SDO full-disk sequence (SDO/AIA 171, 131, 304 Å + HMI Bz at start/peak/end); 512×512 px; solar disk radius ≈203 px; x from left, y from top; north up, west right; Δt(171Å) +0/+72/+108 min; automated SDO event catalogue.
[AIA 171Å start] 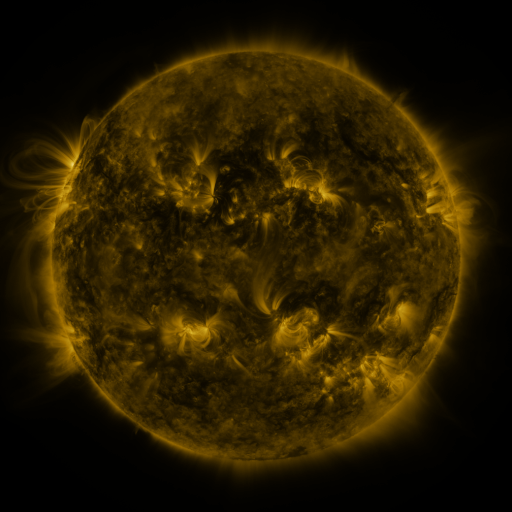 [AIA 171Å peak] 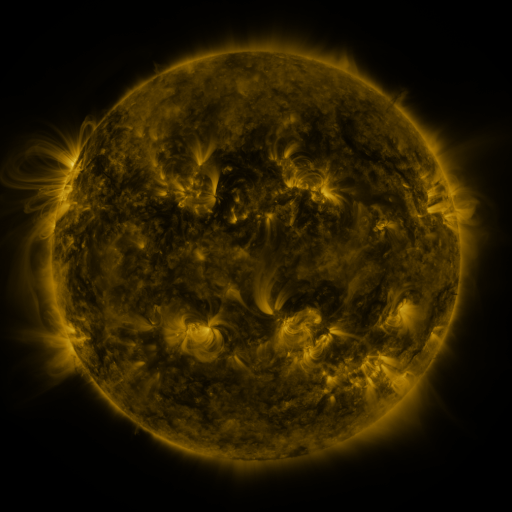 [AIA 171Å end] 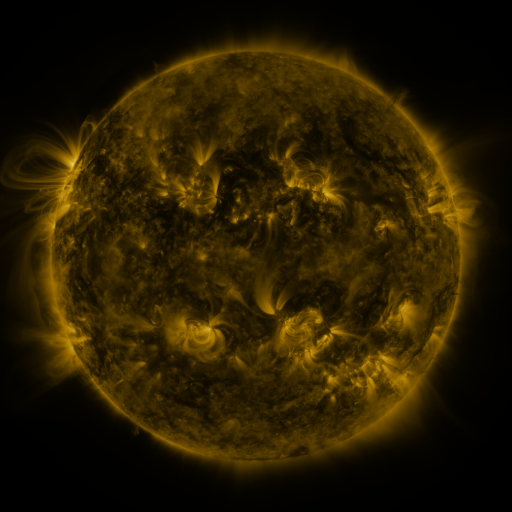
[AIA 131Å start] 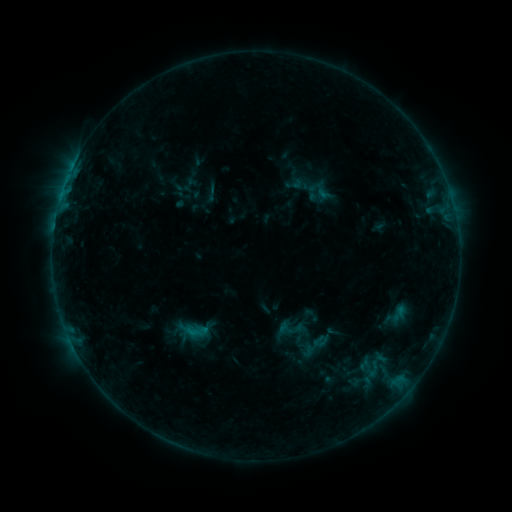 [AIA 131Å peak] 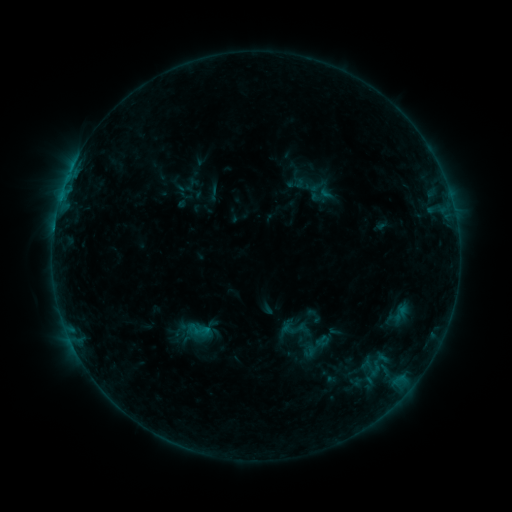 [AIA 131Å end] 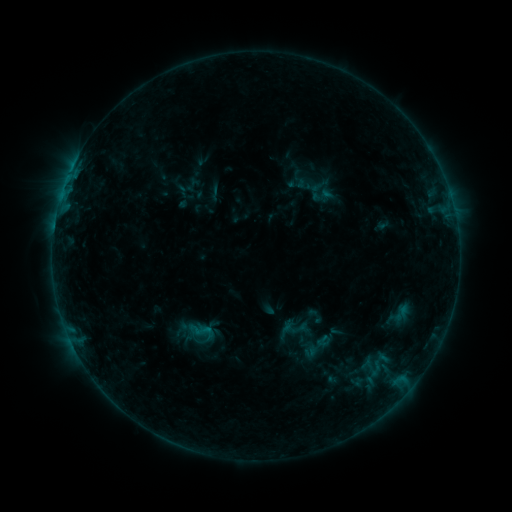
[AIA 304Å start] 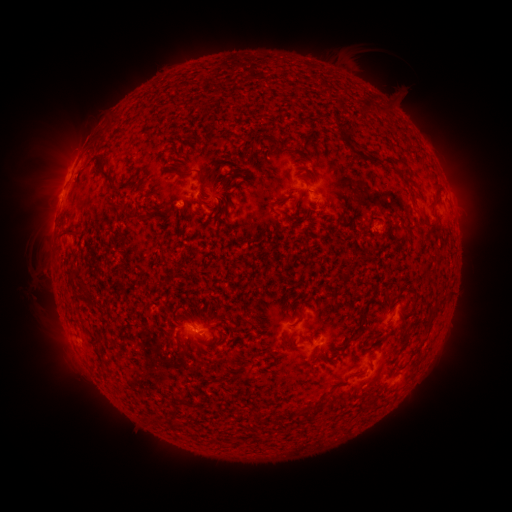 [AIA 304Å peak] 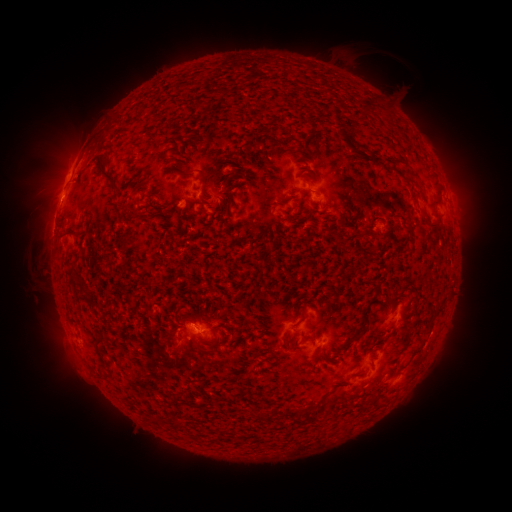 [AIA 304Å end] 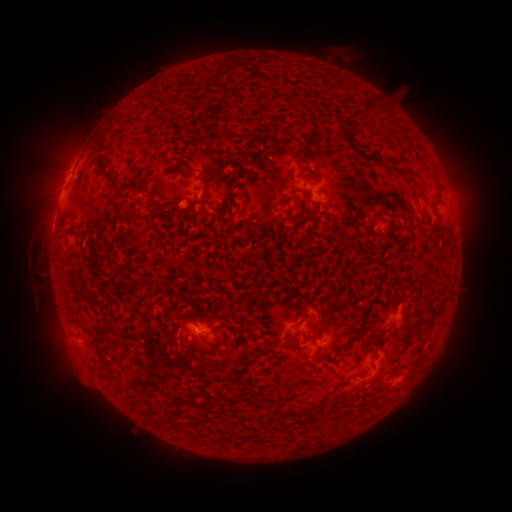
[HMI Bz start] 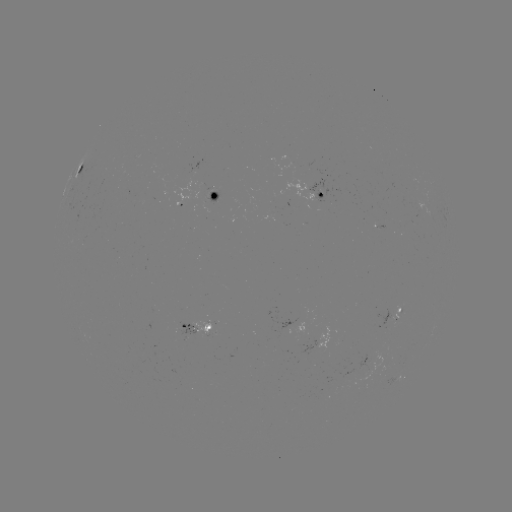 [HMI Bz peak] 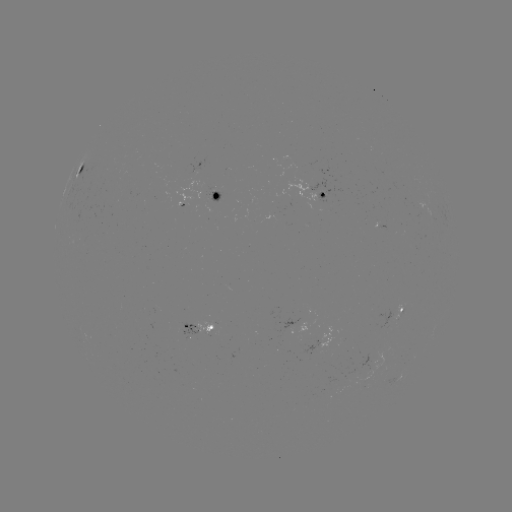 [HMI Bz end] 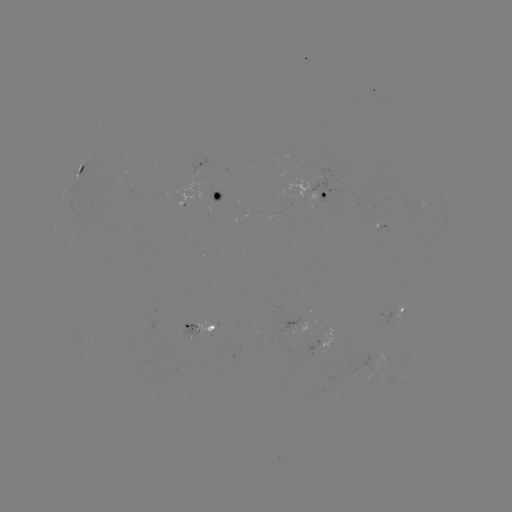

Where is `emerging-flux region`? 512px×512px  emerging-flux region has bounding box [206, 192, 222, 205].